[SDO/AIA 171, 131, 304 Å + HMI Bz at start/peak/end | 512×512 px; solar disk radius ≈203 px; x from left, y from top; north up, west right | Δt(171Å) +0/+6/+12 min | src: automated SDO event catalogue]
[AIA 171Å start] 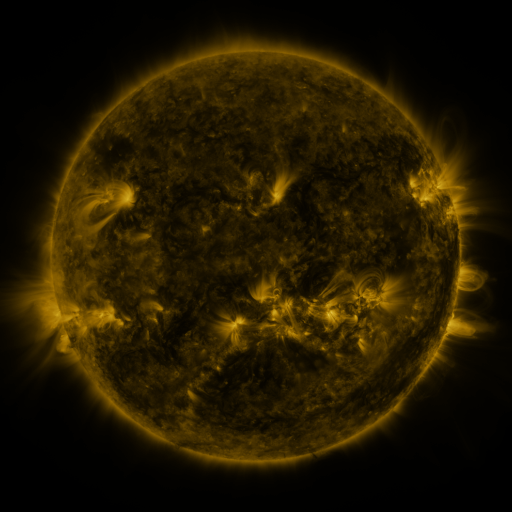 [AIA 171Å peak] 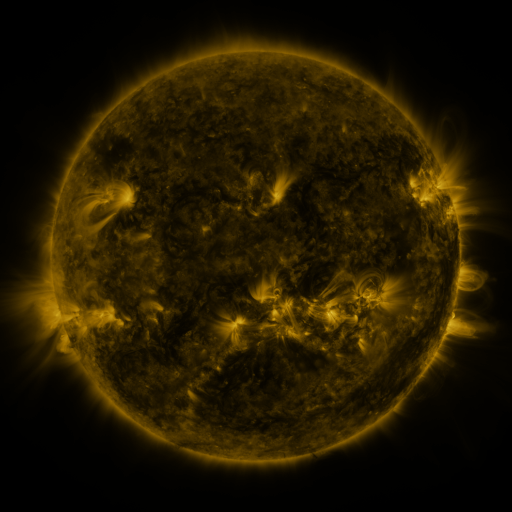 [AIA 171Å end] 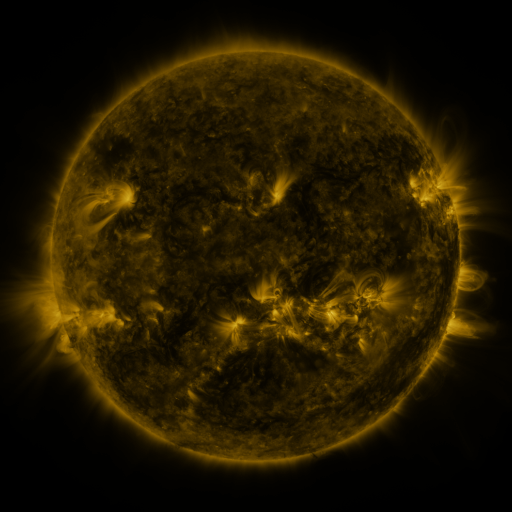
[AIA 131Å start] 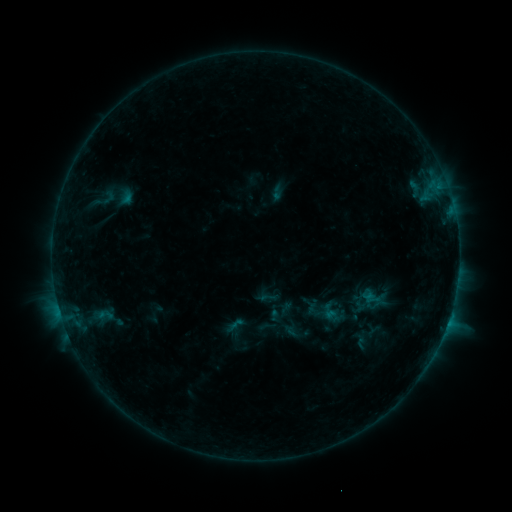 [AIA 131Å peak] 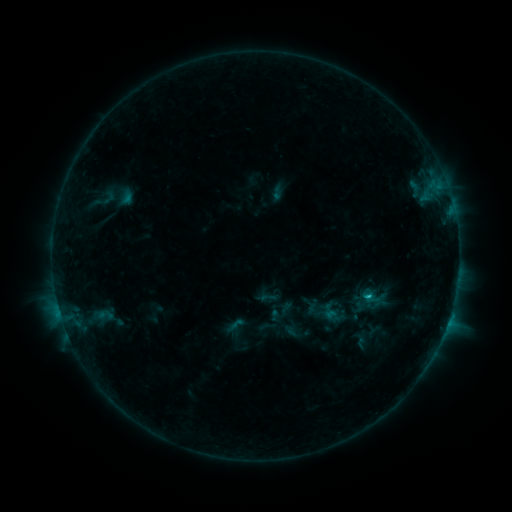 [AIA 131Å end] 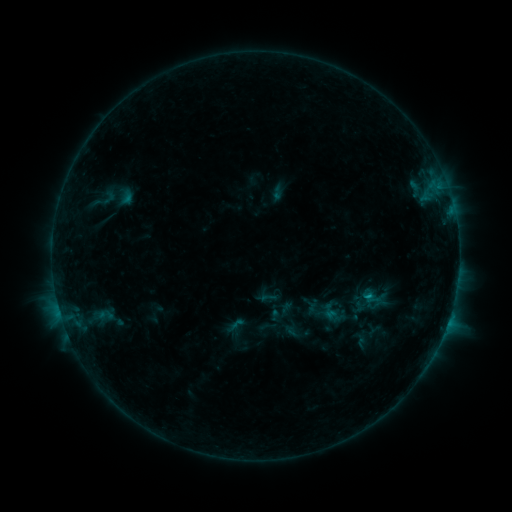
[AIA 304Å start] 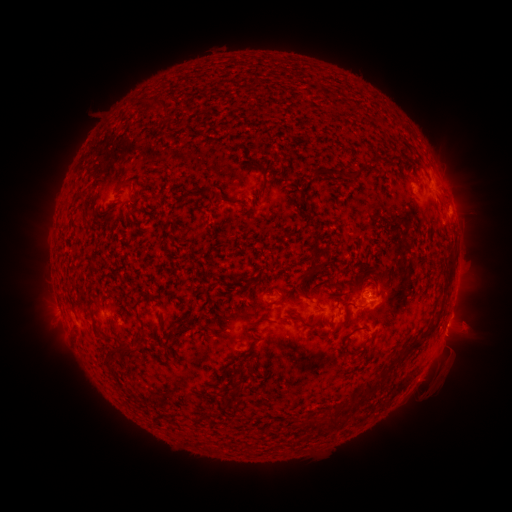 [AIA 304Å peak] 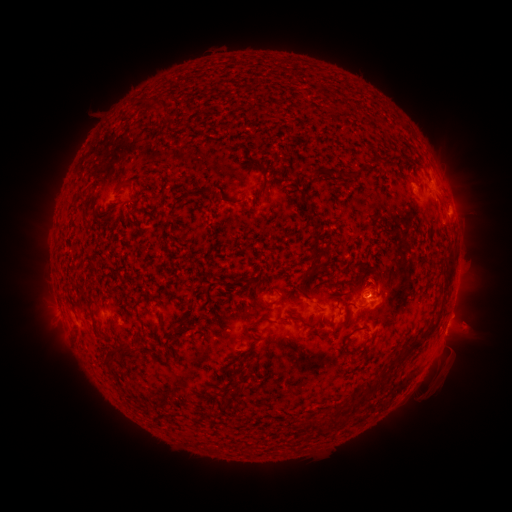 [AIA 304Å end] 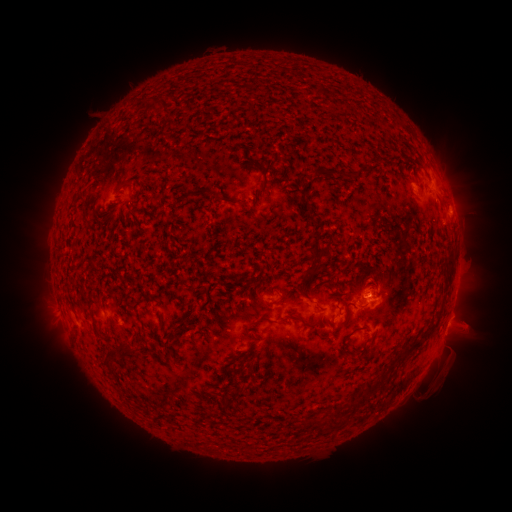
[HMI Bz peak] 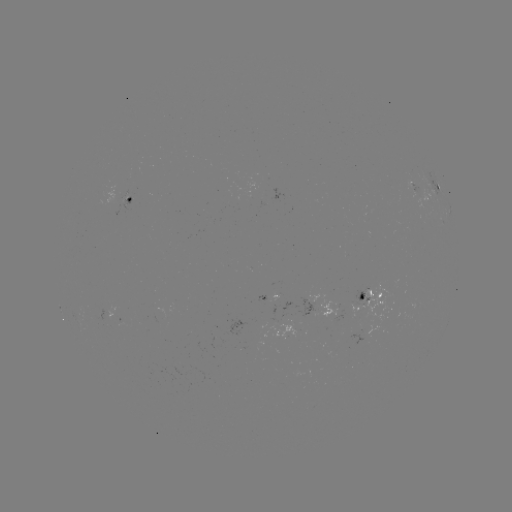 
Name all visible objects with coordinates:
B7.1 flare: (366, 296)
